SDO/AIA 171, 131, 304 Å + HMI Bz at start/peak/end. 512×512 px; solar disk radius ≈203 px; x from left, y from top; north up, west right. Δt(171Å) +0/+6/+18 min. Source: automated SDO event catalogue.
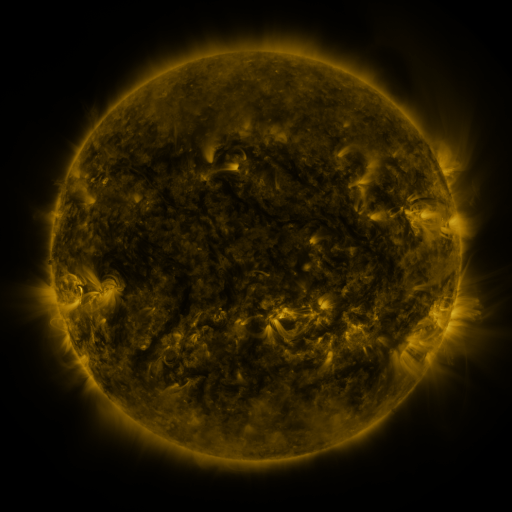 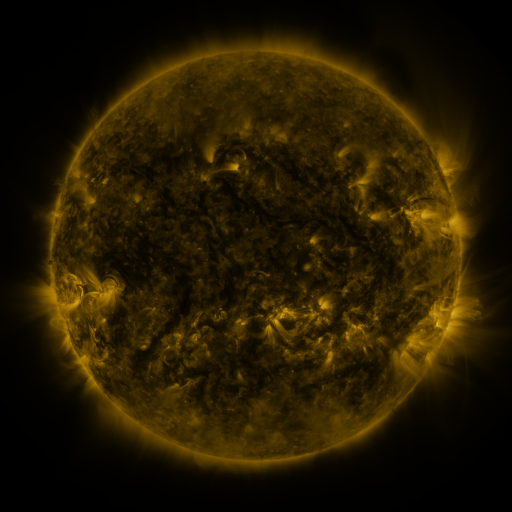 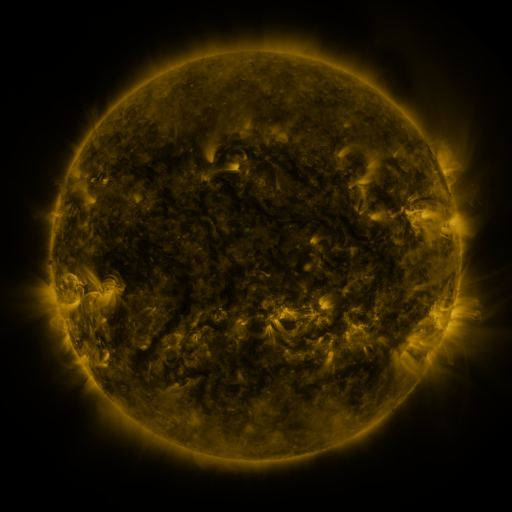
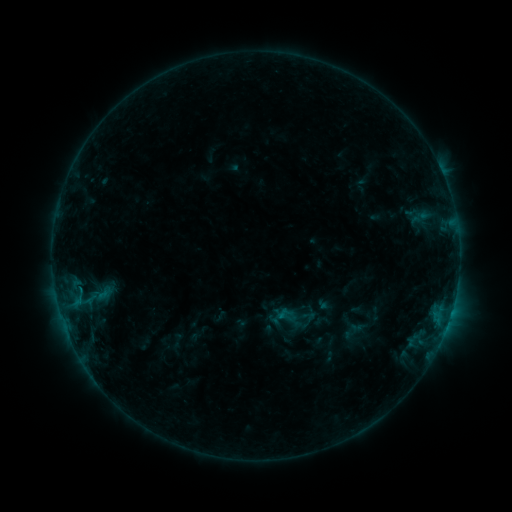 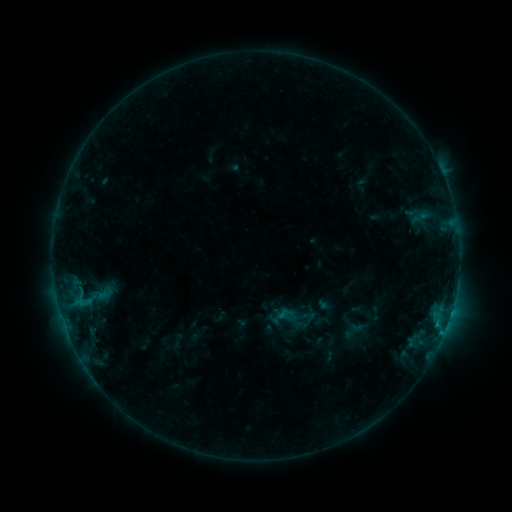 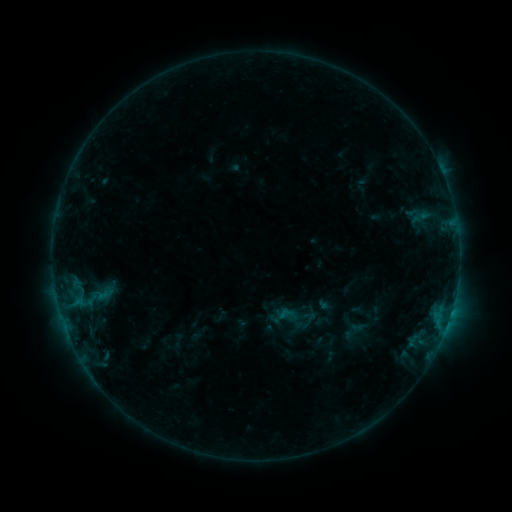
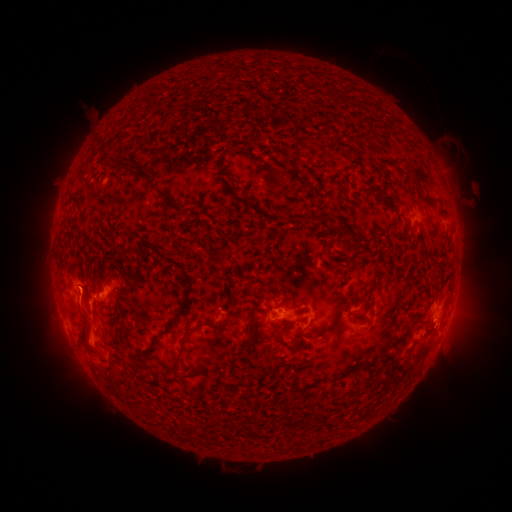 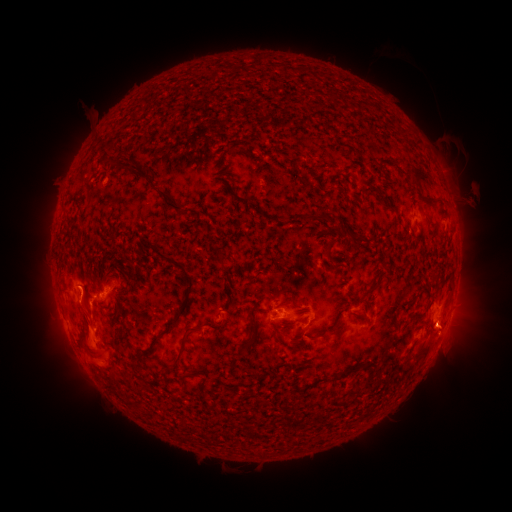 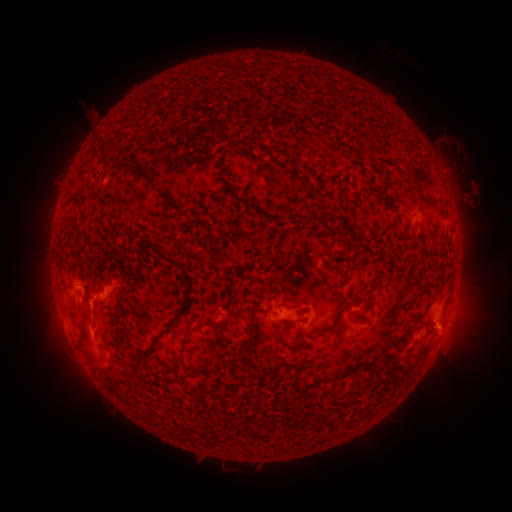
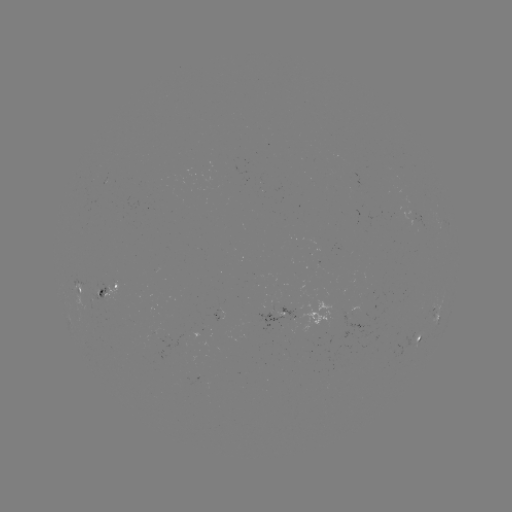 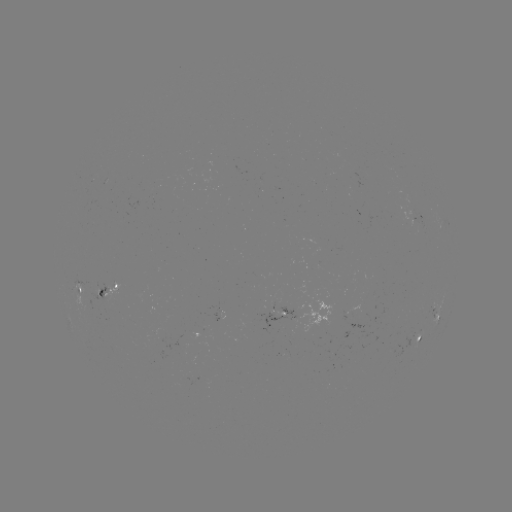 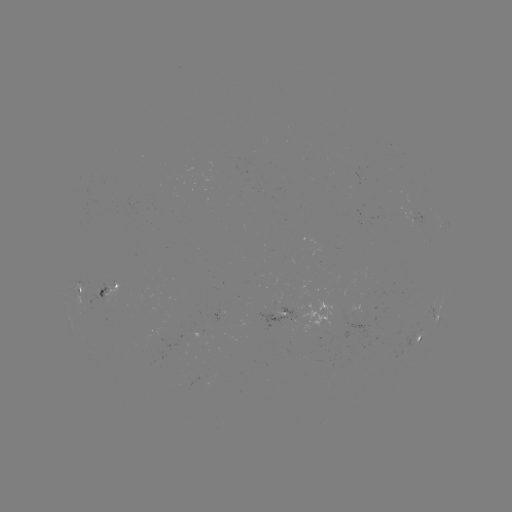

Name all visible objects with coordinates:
B9.2 flare: (436, 323)
